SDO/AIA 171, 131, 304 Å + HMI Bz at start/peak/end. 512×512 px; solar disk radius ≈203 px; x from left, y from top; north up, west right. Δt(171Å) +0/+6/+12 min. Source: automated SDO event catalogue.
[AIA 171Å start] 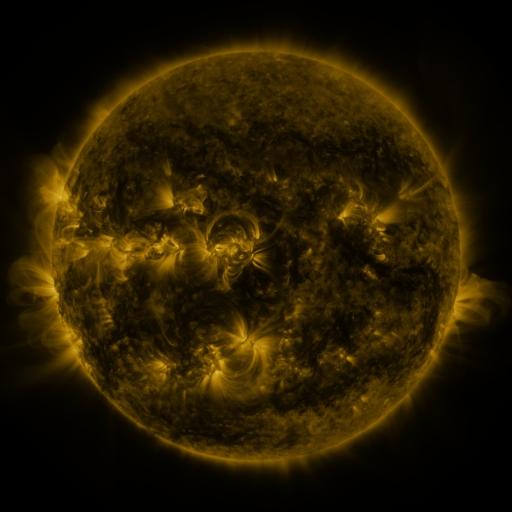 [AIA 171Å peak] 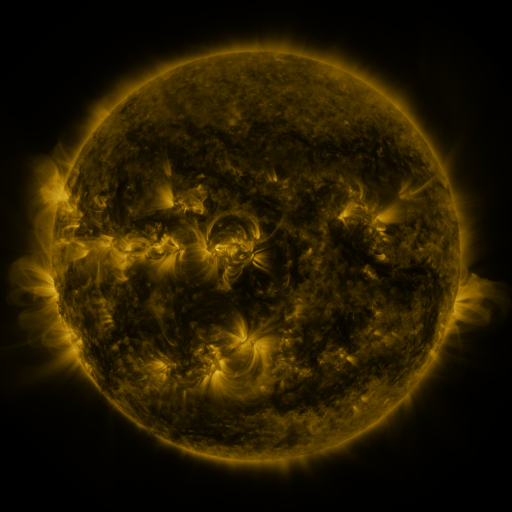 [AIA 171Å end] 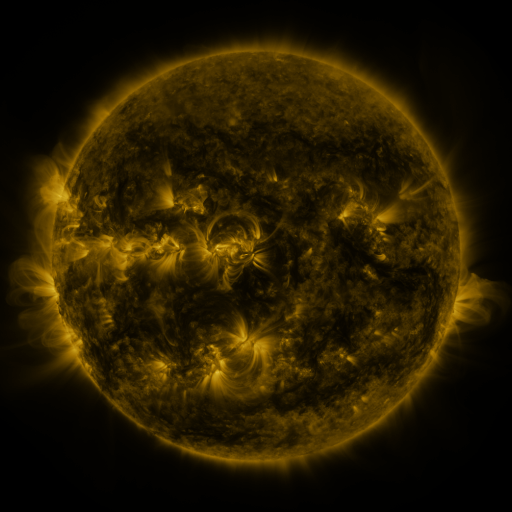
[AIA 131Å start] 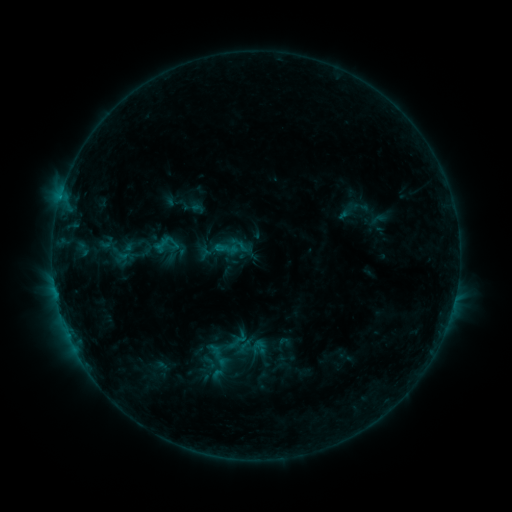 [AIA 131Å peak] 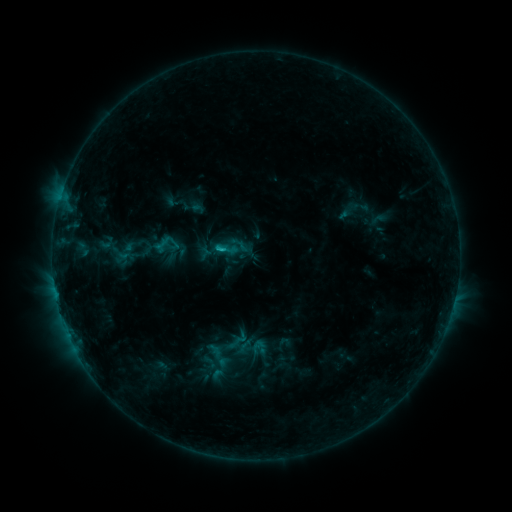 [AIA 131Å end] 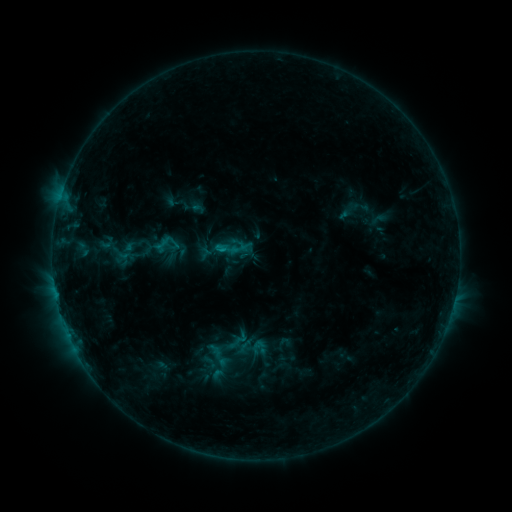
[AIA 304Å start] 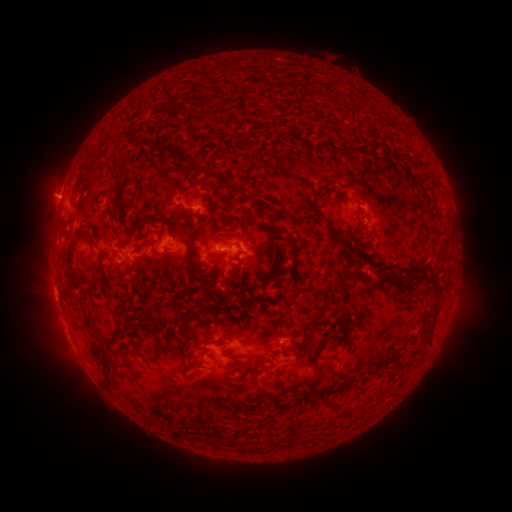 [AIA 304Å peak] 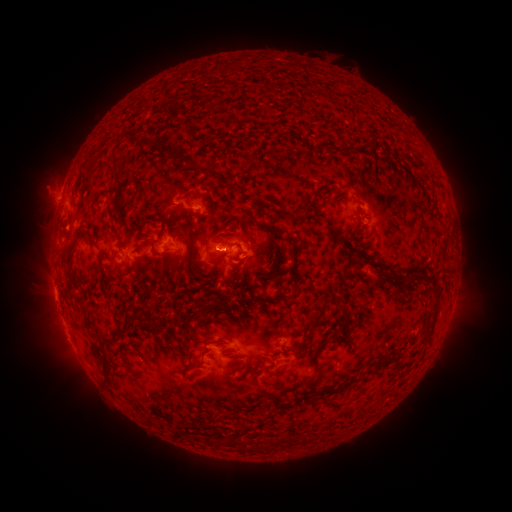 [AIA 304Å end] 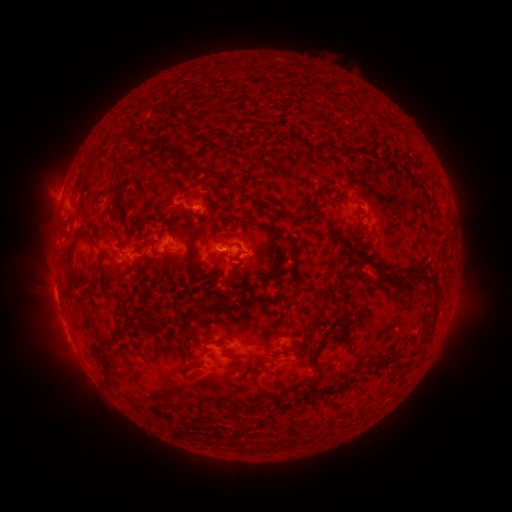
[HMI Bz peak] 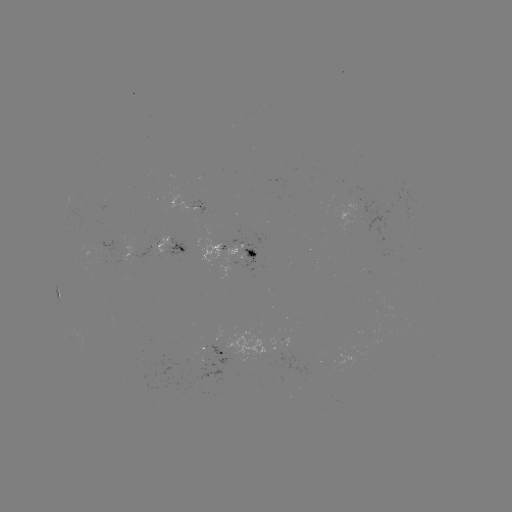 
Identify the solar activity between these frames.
B9.6 flare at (220, 251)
